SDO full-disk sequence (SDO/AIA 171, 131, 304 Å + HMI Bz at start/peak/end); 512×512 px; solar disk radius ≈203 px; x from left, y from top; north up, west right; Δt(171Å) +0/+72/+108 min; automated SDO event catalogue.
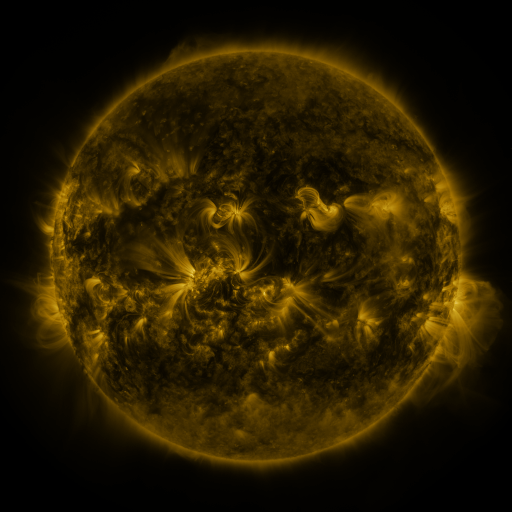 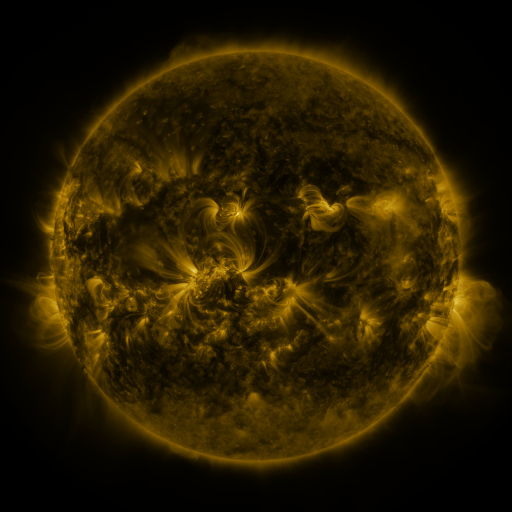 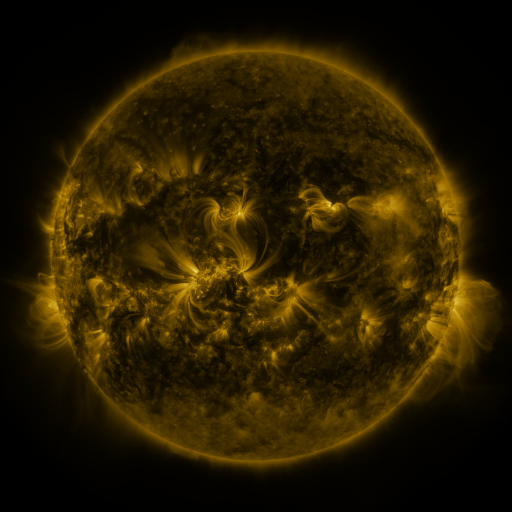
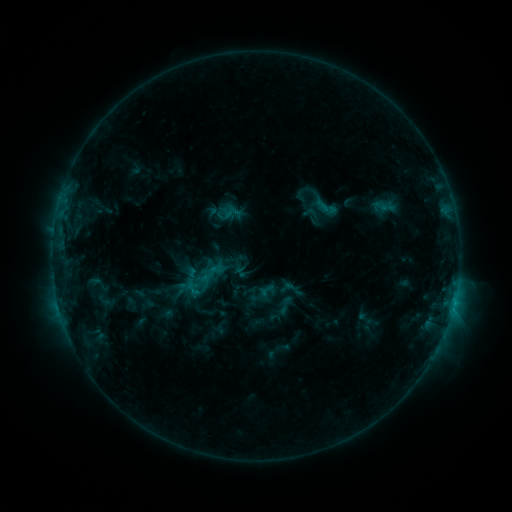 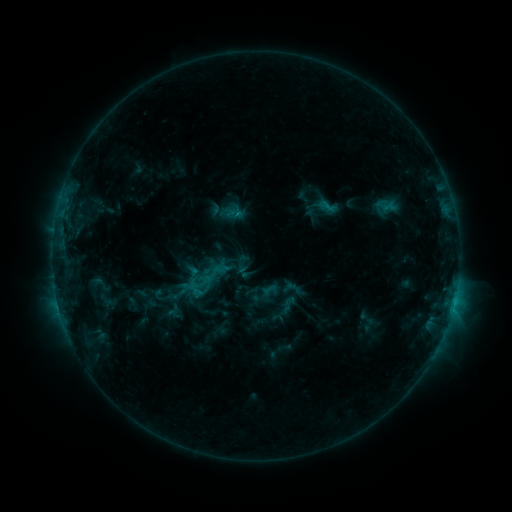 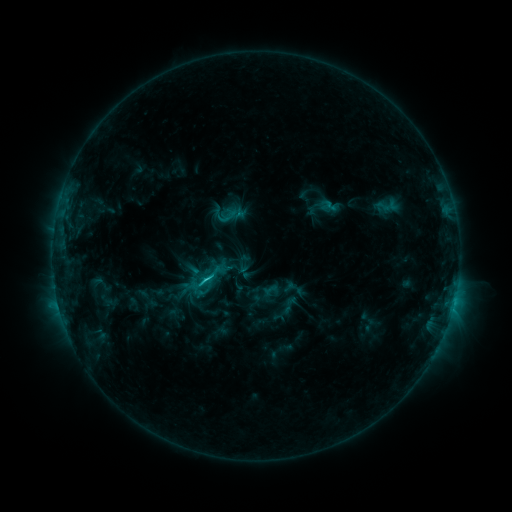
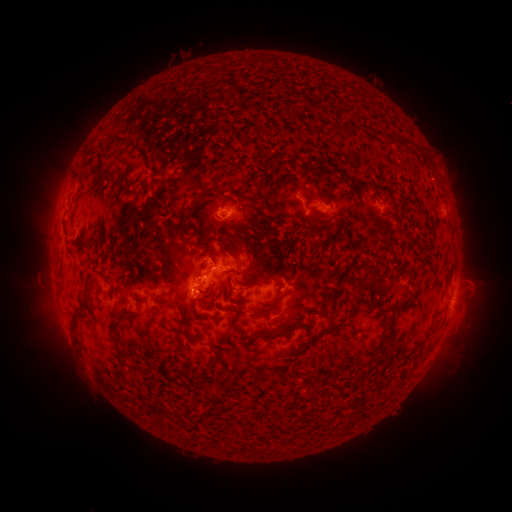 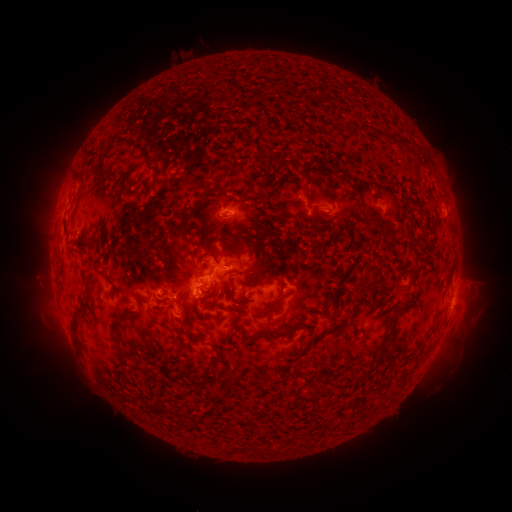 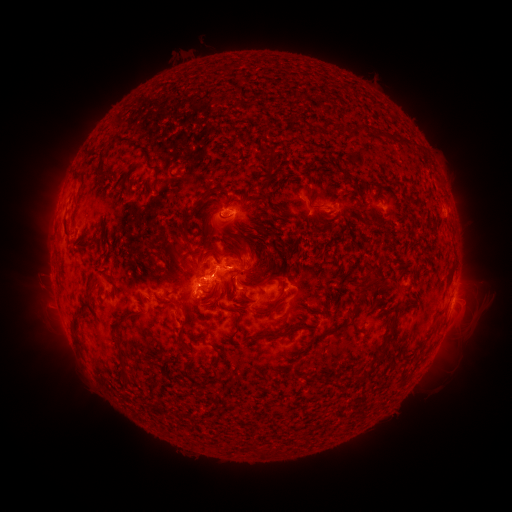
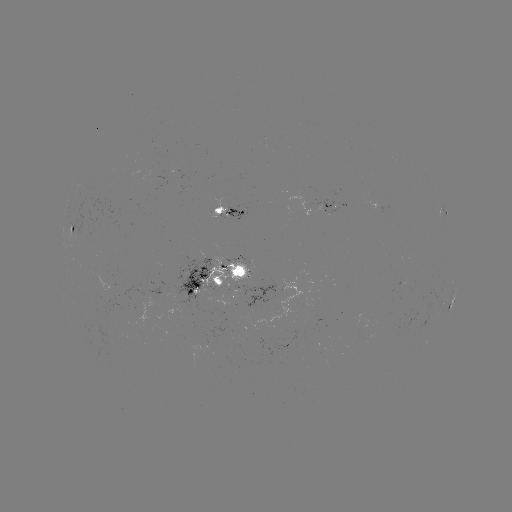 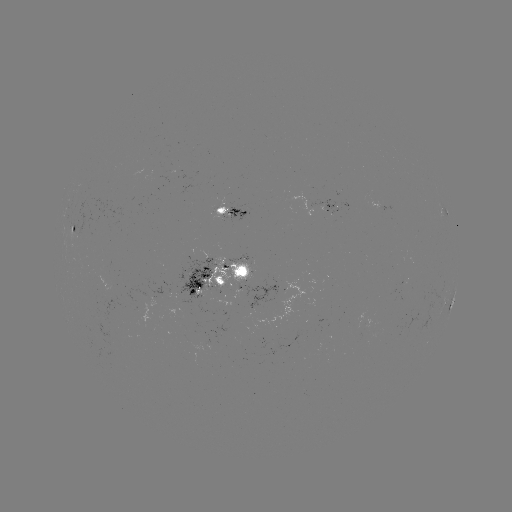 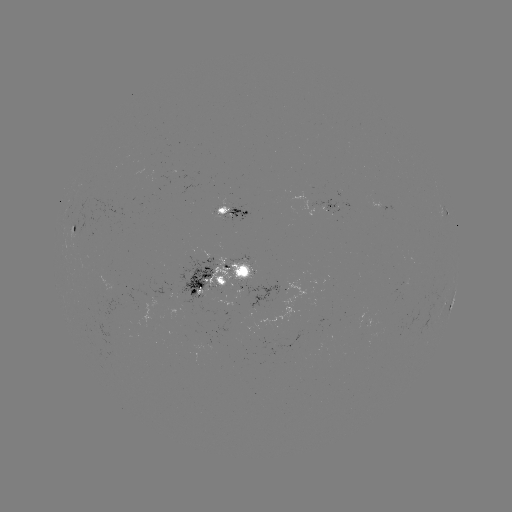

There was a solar emerging-flux region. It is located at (231, 277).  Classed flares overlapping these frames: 3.